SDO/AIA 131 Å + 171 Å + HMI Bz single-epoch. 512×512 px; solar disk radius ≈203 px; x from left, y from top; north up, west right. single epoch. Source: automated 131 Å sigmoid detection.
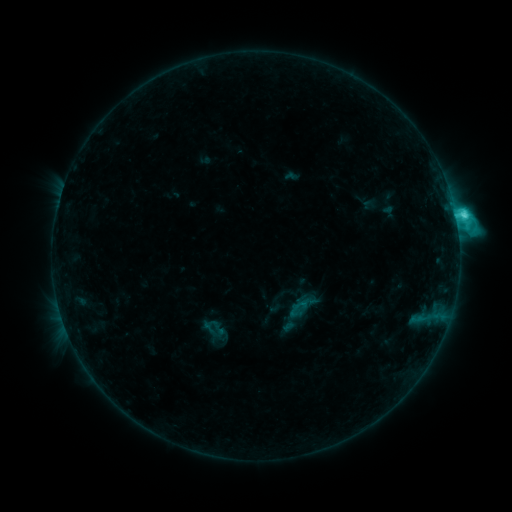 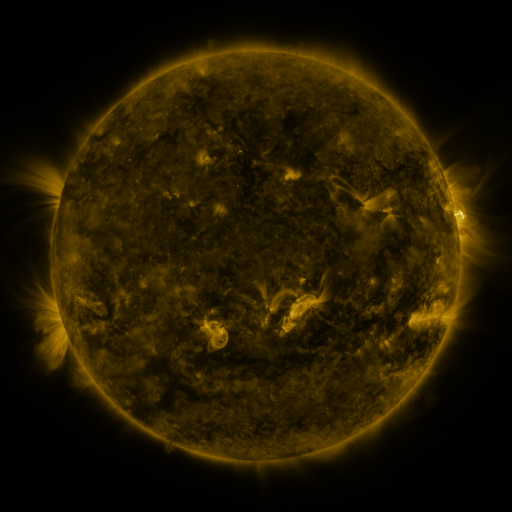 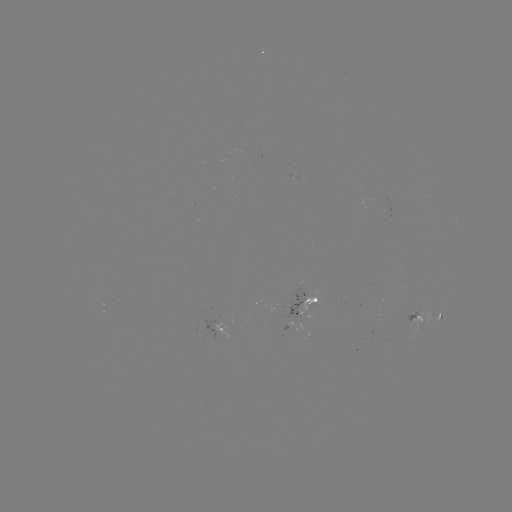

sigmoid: [198, 315, 228, 340]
